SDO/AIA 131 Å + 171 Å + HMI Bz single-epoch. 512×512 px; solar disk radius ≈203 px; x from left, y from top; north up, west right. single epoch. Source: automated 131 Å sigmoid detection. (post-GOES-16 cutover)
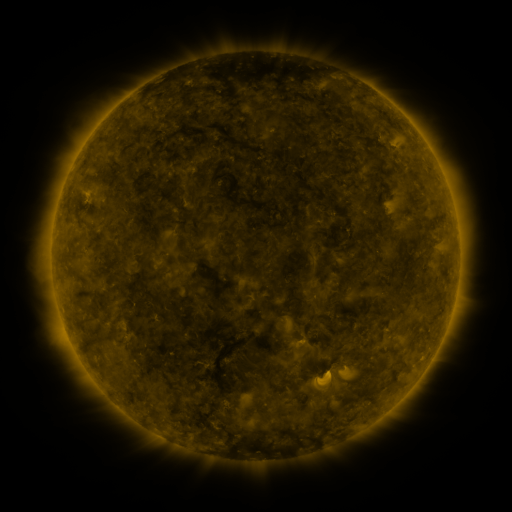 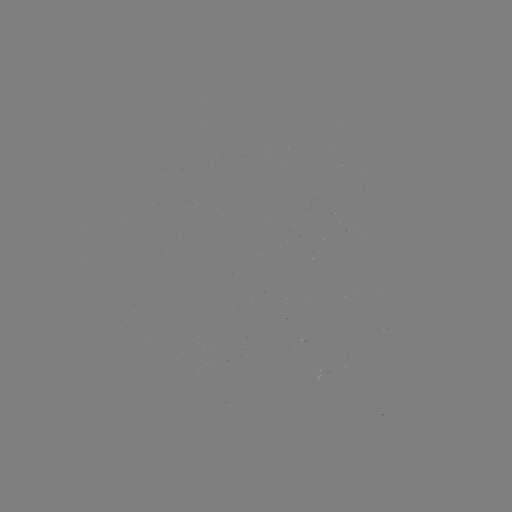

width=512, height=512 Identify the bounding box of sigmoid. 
[314, 367, 334, 387].